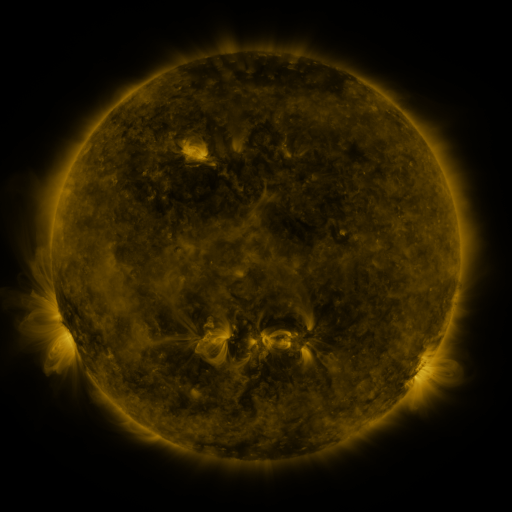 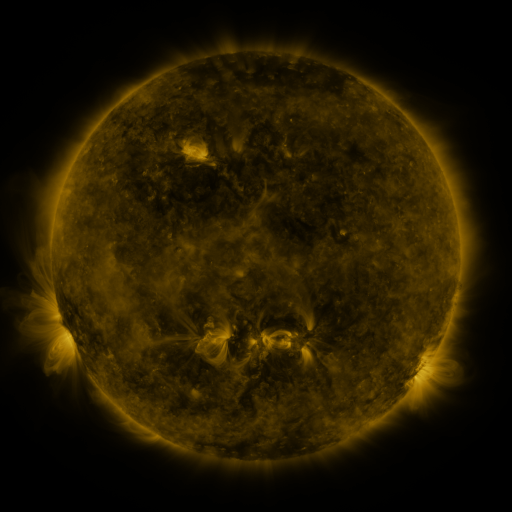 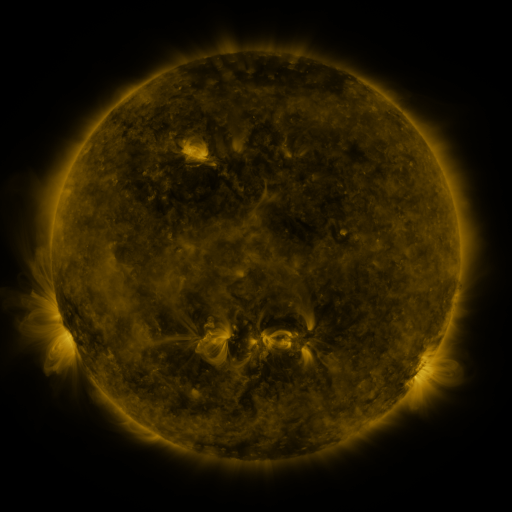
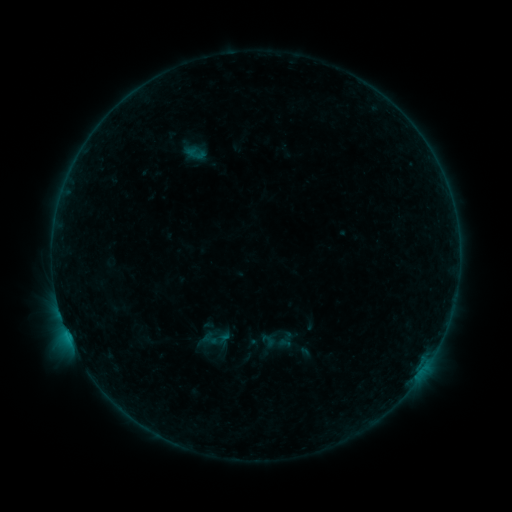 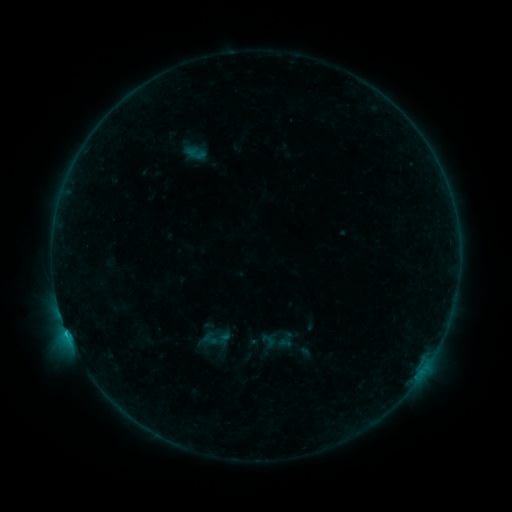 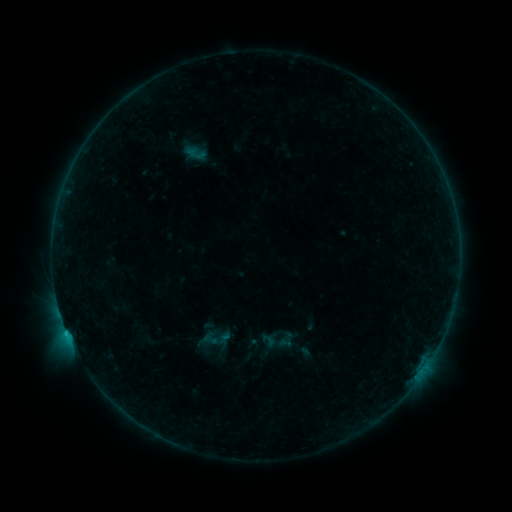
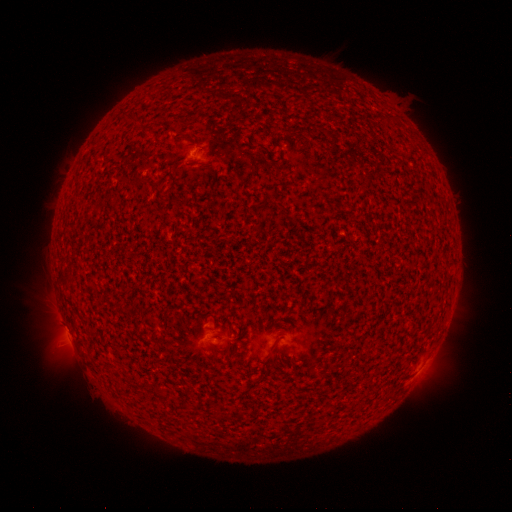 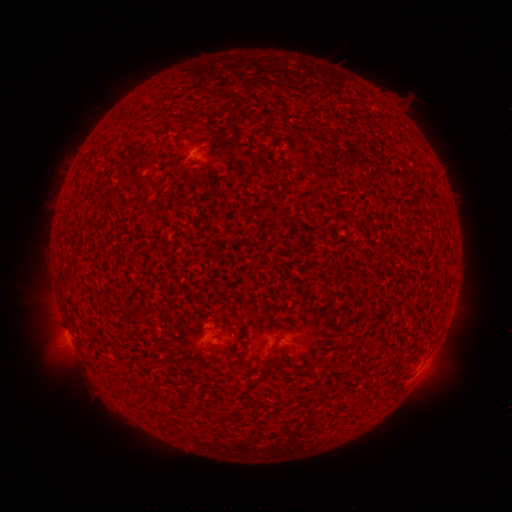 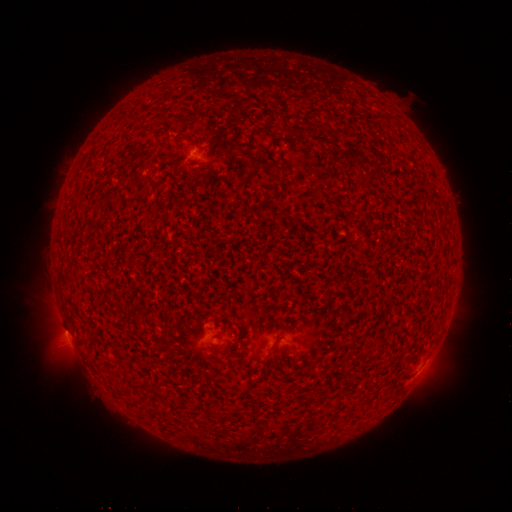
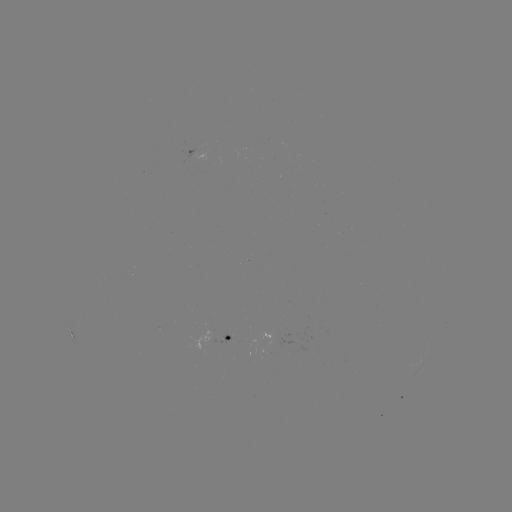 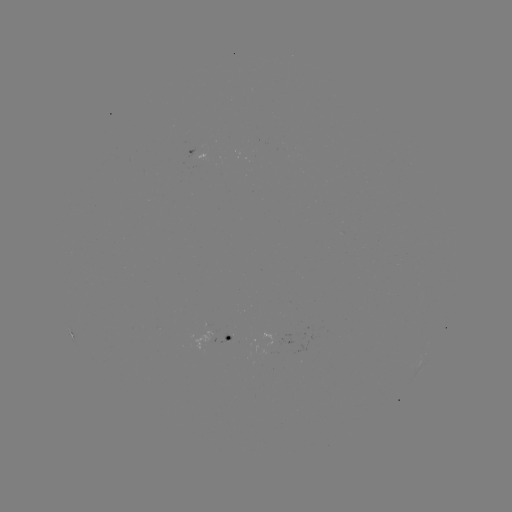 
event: flare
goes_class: C1.3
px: (67, 332)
